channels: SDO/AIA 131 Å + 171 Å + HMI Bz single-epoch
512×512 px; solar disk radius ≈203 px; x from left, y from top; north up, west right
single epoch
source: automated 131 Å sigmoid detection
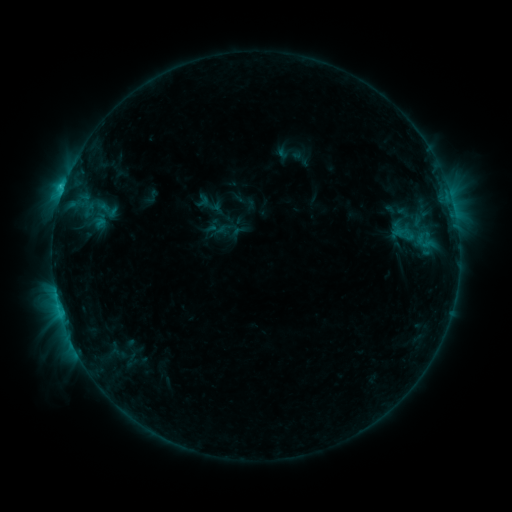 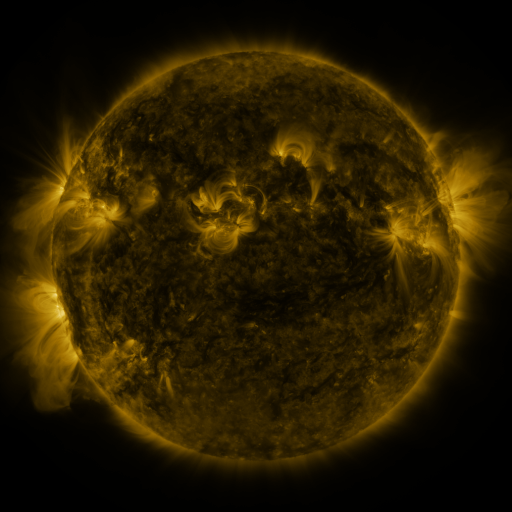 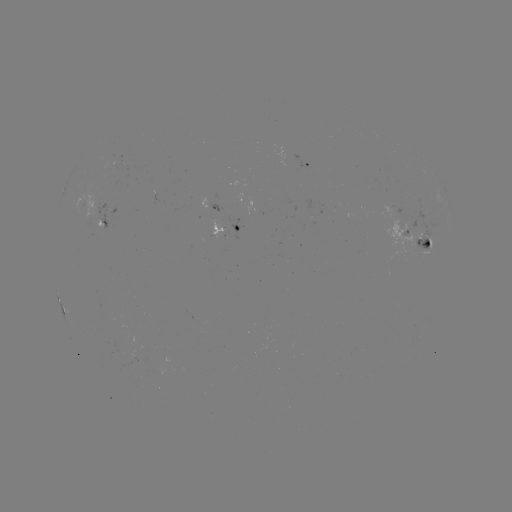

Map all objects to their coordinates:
sigmoid: (218, 216)
